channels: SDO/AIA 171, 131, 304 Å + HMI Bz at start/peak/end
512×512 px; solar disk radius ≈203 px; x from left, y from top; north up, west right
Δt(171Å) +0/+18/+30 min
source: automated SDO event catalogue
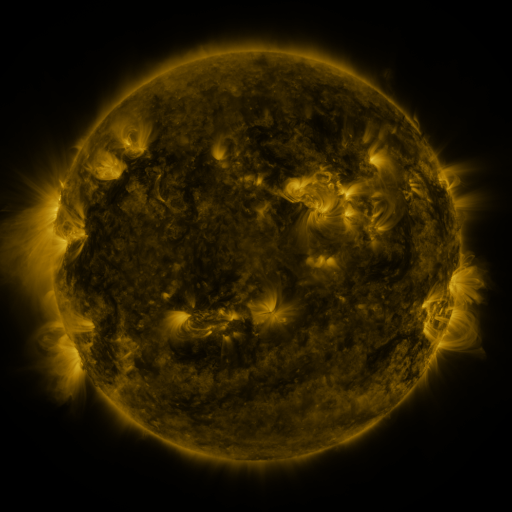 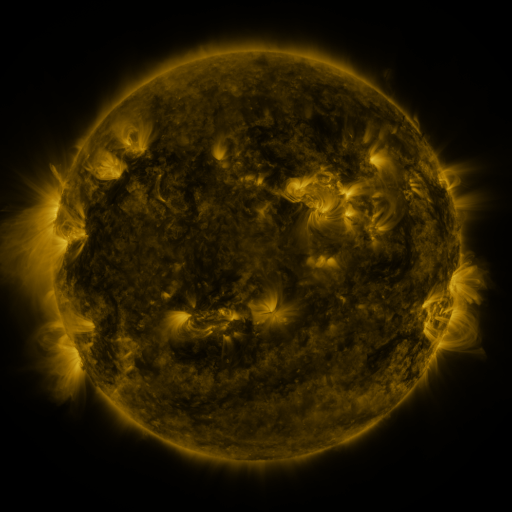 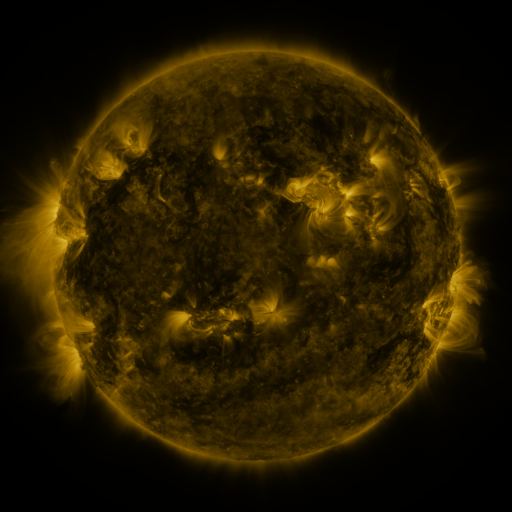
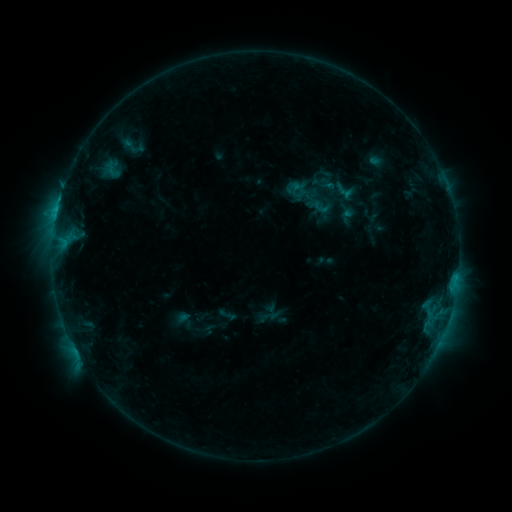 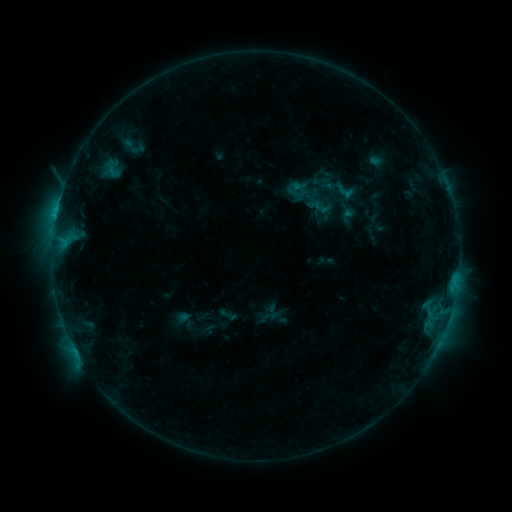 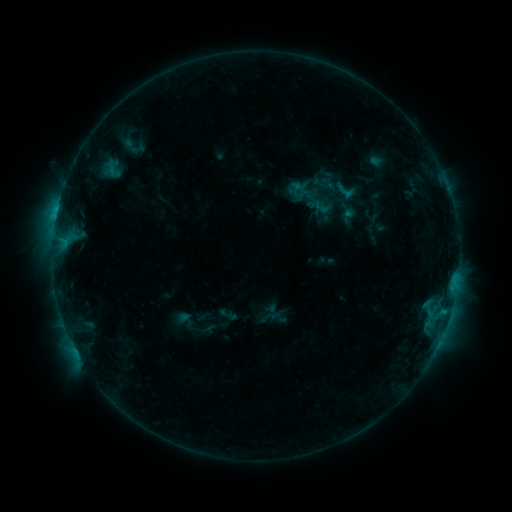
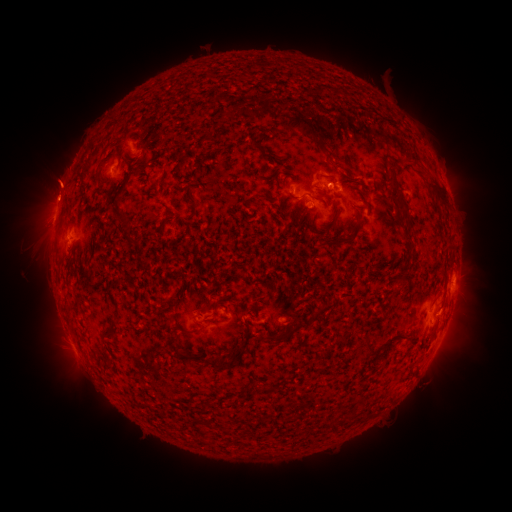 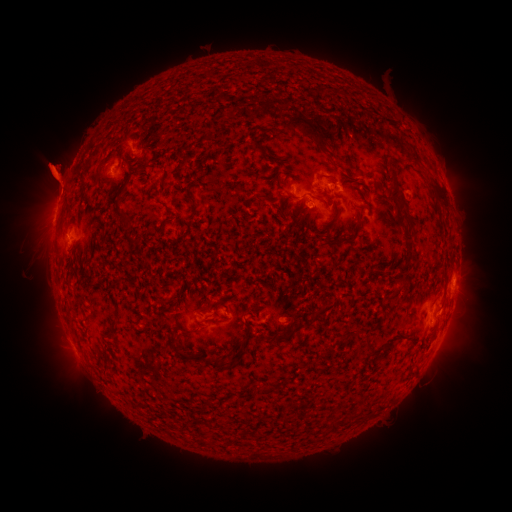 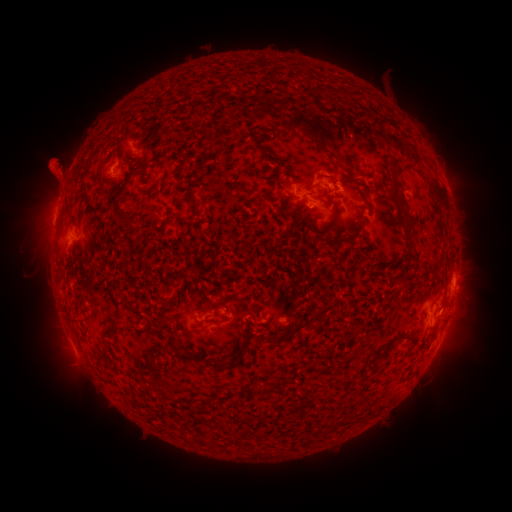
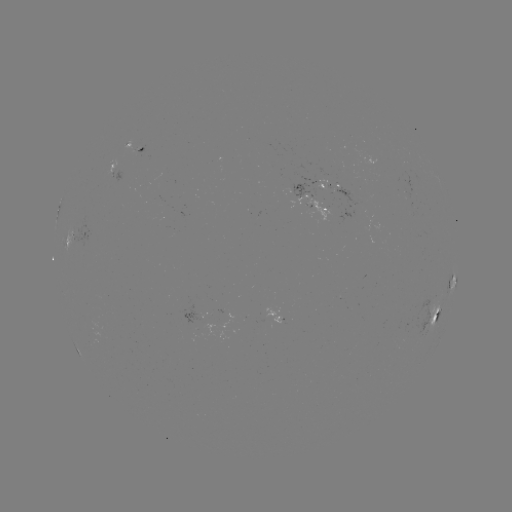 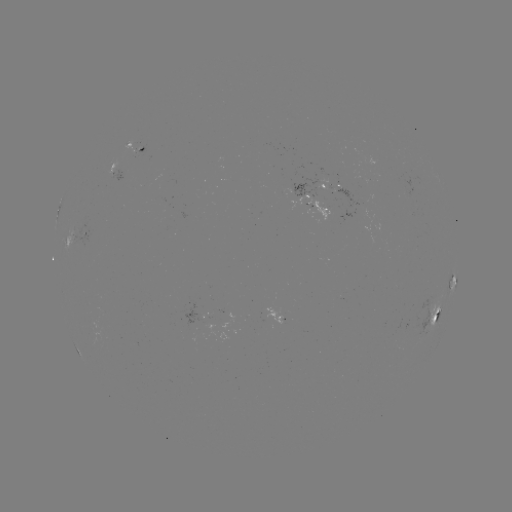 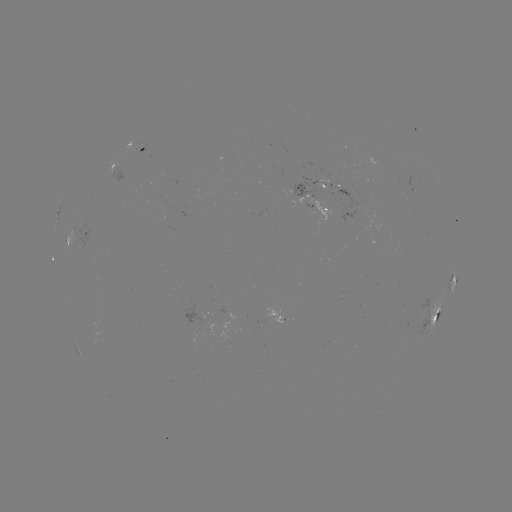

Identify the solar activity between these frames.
eruption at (53, 168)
